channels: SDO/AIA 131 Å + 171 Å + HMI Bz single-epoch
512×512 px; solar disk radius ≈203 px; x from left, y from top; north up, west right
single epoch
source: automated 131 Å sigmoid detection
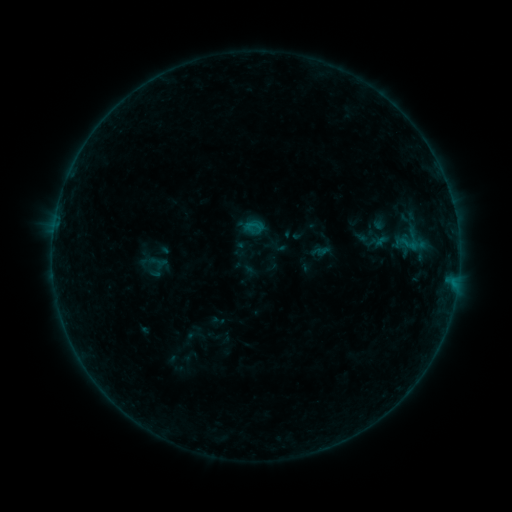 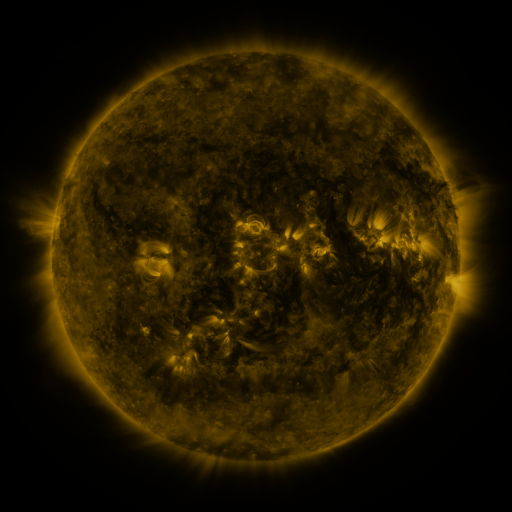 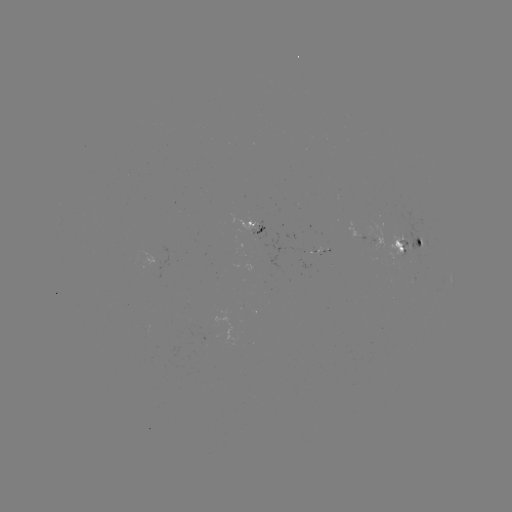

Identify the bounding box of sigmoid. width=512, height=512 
[245, 217, 264, 236].